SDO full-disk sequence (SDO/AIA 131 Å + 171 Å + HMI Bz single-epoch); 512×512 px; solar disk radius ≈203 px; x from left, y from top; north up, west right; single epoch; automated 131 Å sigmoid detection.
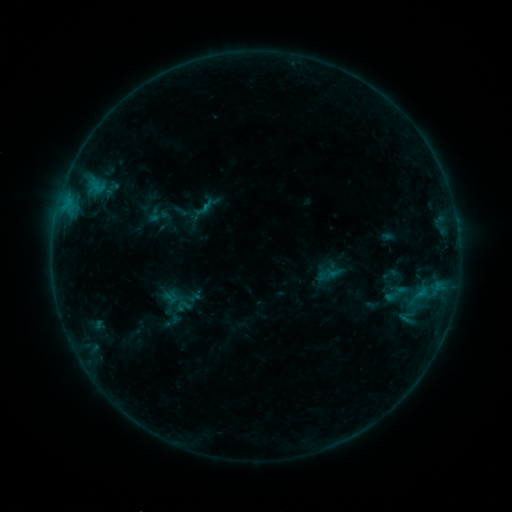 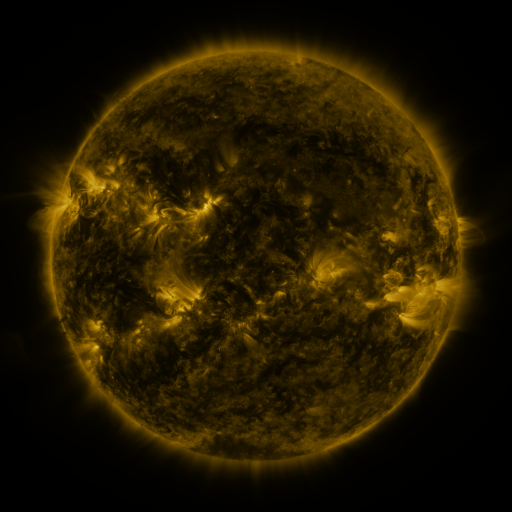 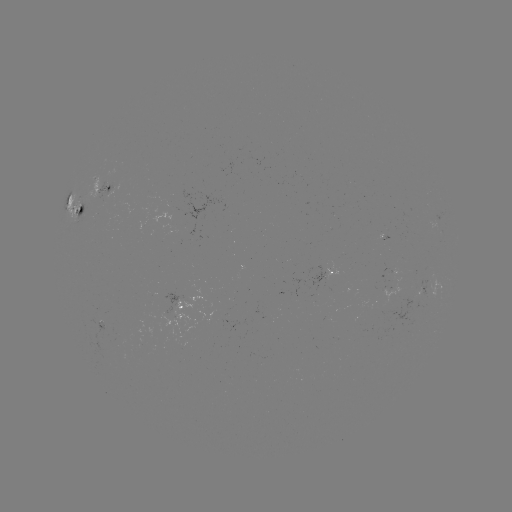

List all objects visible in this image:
sigmoid: <bbox>173, 298, 193, 314</bbox>
